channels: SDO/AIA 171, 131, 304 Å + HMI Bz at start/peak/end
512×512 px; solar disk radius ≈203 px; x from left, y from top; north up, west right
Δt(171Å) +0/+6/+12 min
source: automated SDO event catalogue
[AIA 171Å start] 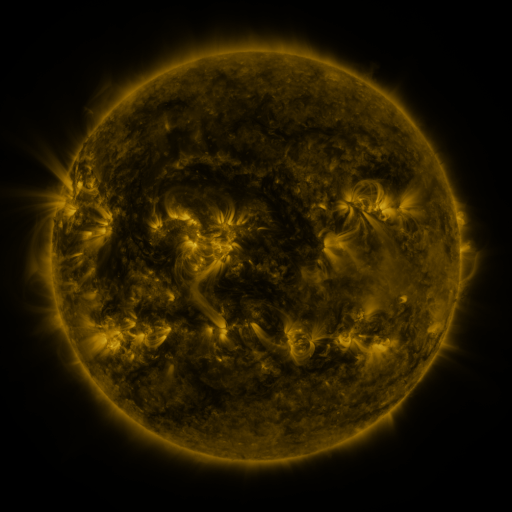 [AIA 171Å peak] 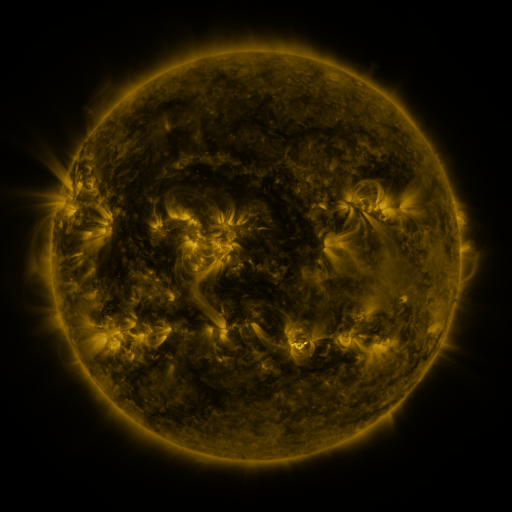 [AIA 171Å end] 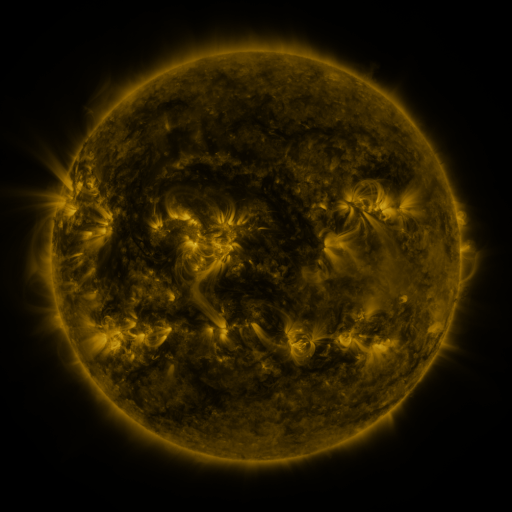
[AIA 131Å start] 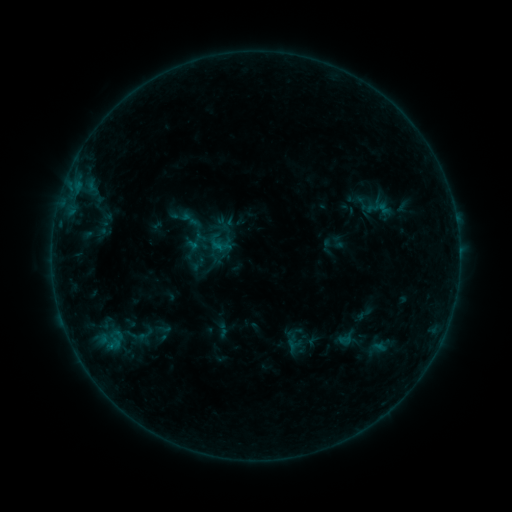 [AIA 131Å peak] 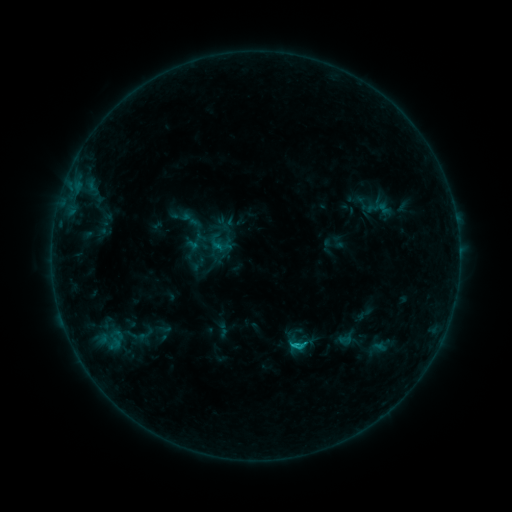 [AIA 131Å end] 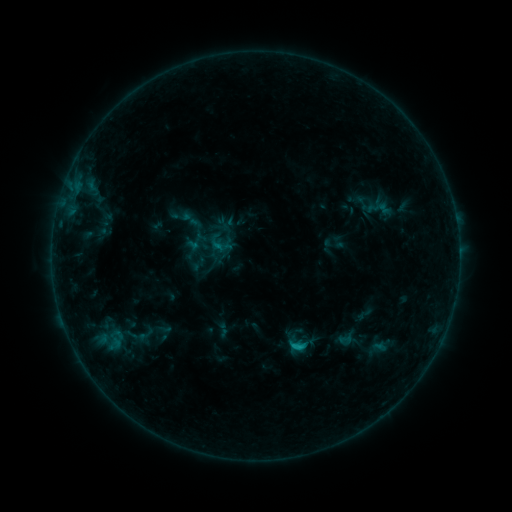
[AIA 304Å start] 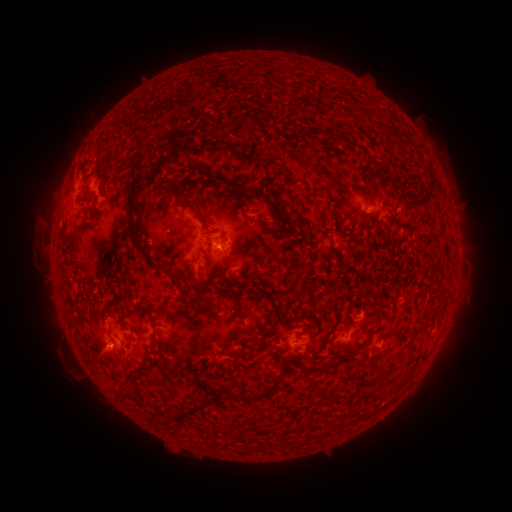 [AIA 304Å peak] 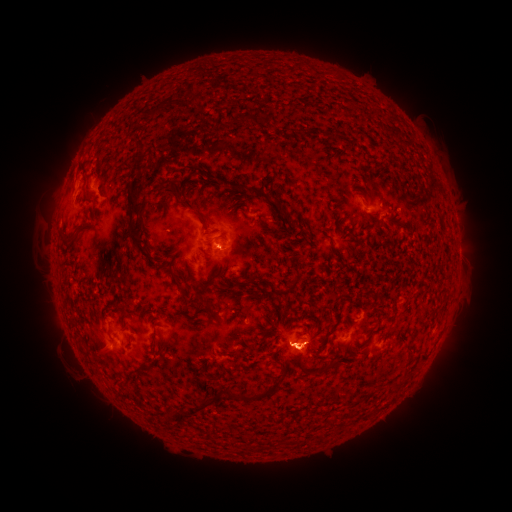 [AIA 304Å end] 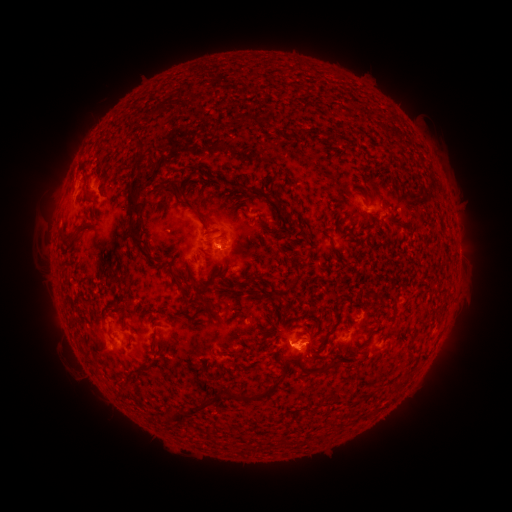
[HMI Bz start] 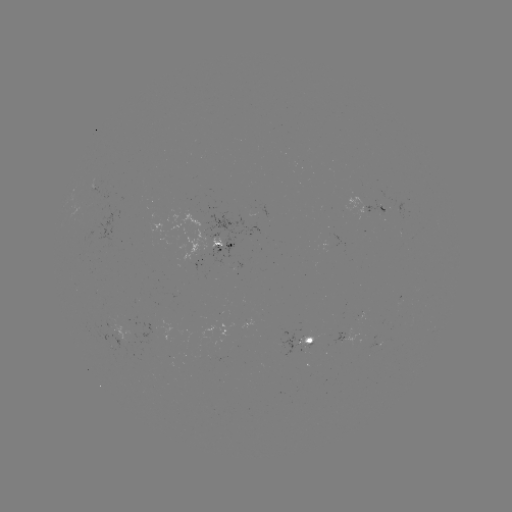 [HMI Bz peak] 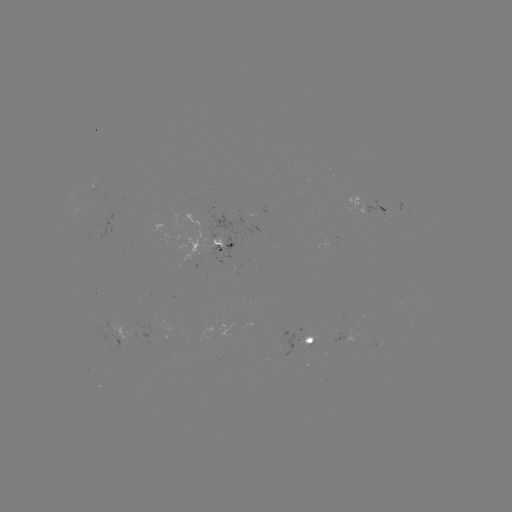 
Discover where C1.1 flare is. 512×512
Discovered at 296,344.